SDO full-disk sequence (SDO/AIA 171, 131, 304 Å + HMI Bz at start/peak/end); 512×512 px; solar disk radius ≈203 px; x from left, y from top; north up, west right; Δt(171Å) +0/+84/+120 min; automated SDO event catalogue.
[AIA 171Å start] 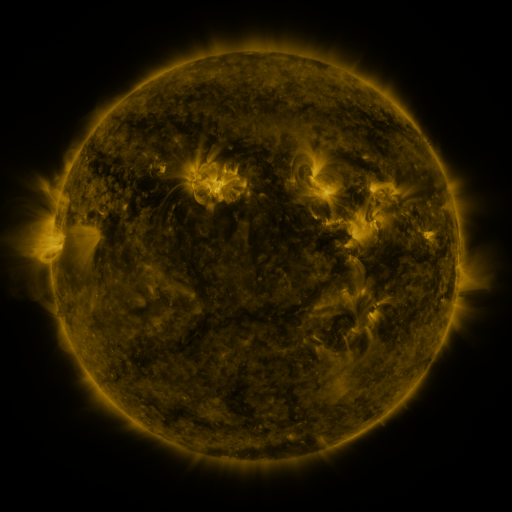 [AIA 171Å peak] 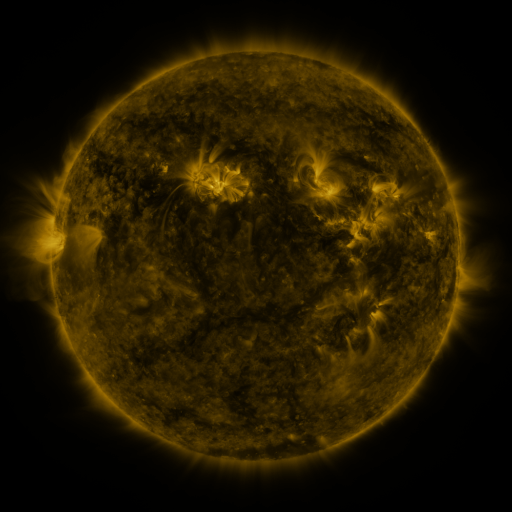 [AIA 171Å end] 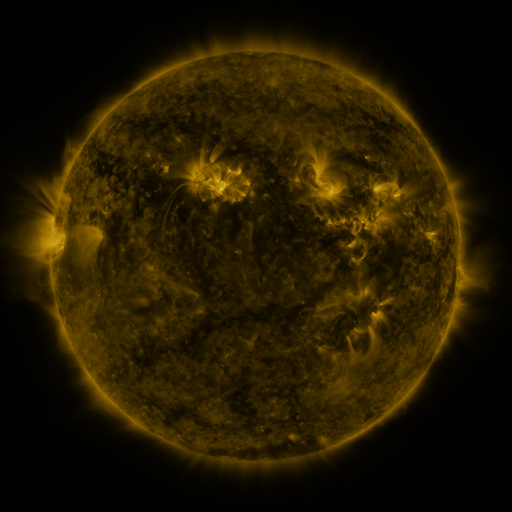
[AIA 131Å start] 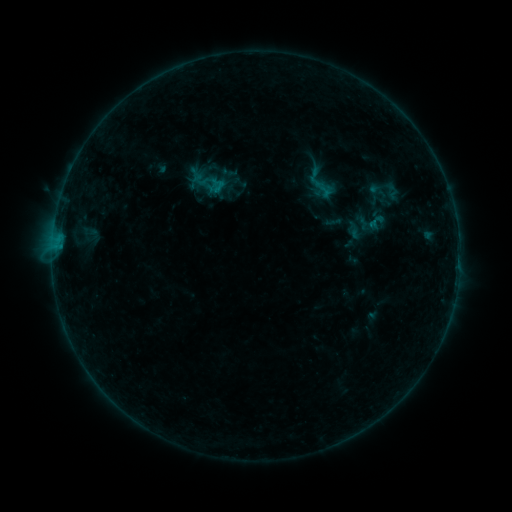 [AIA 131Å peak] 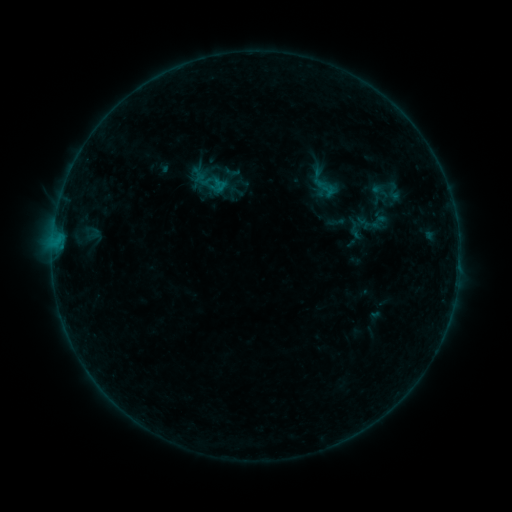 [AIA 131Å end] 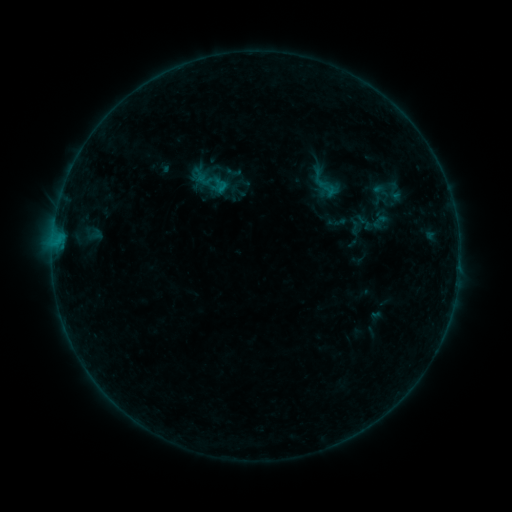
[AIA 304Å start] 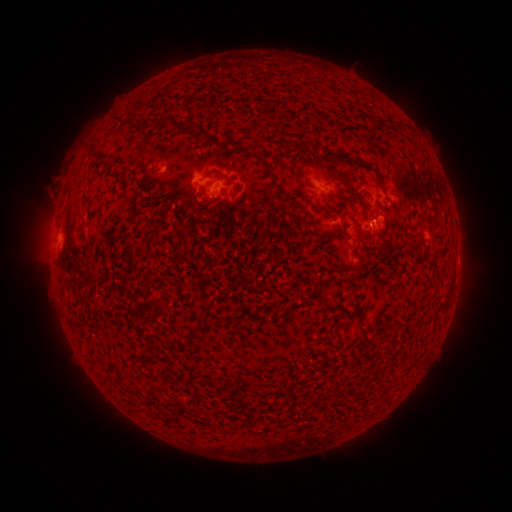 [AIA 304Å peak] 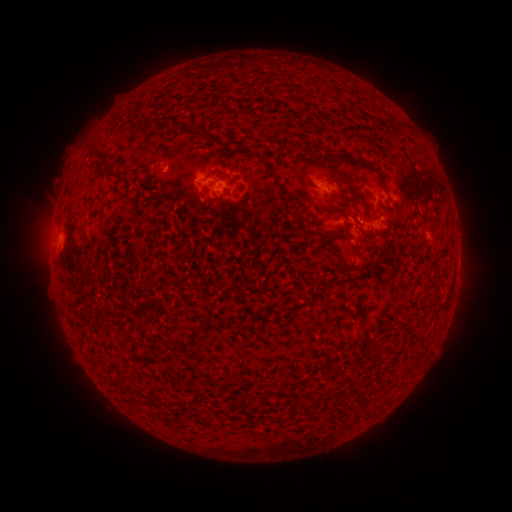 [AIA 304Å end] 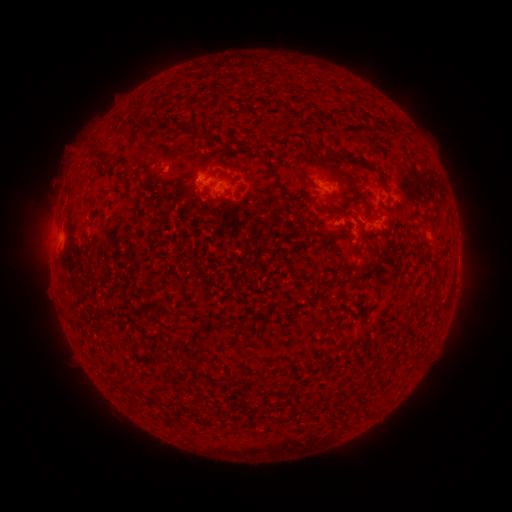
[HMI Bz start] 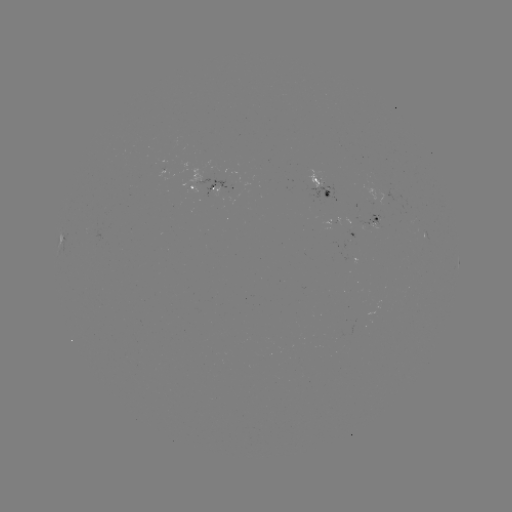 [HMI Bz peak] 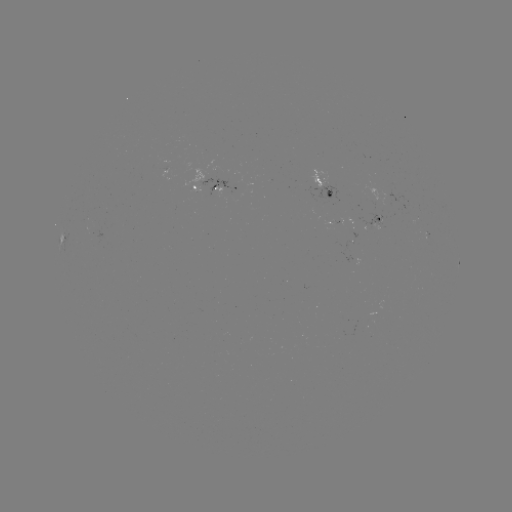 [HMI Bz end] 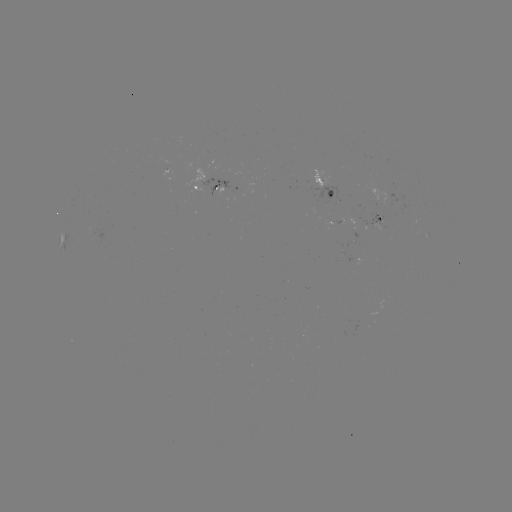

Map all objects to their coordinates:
emerging-flux region: (373, 228)
